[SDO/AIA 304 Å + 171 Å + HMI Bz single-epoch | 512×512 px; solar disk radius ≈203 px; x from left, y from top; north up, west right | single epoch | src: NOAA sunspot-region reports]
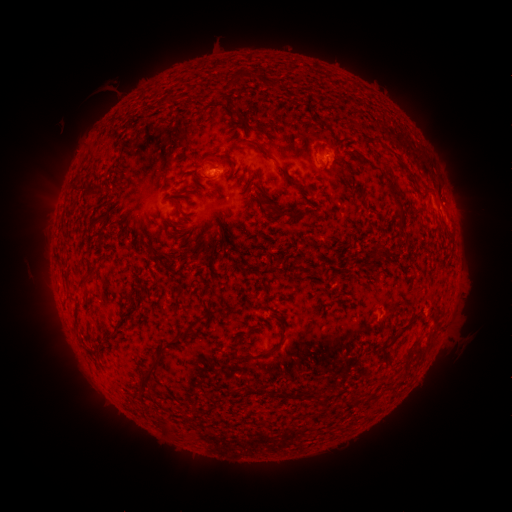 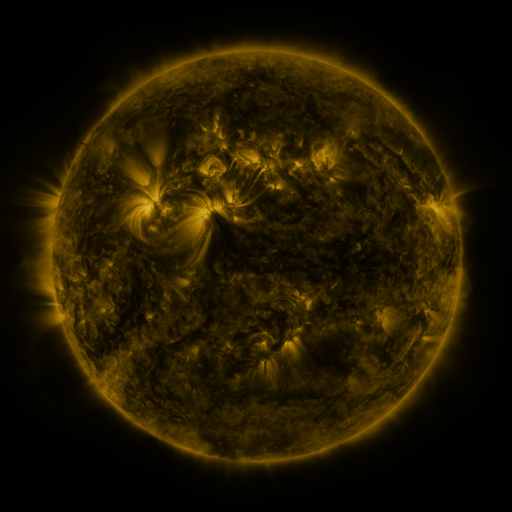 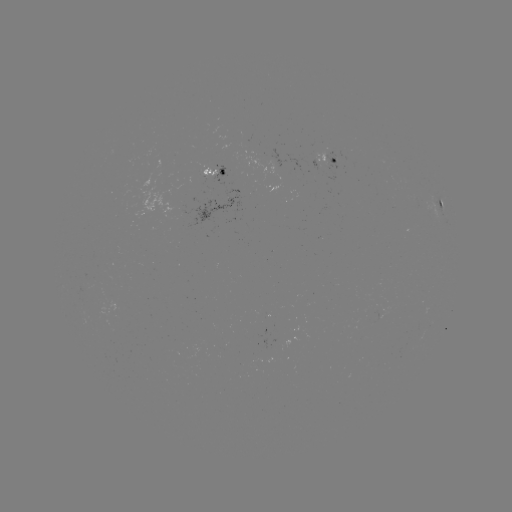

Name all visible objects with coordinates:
spotted active region: (335, 157)
spotted active region: (215, 168)
spotted active region: (444, 203)
spotted active region: (217, 208)
